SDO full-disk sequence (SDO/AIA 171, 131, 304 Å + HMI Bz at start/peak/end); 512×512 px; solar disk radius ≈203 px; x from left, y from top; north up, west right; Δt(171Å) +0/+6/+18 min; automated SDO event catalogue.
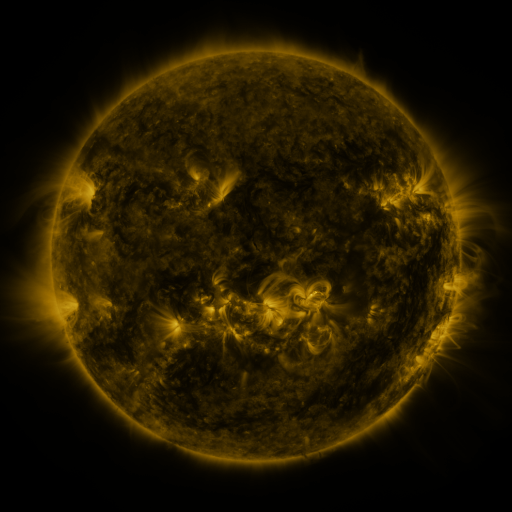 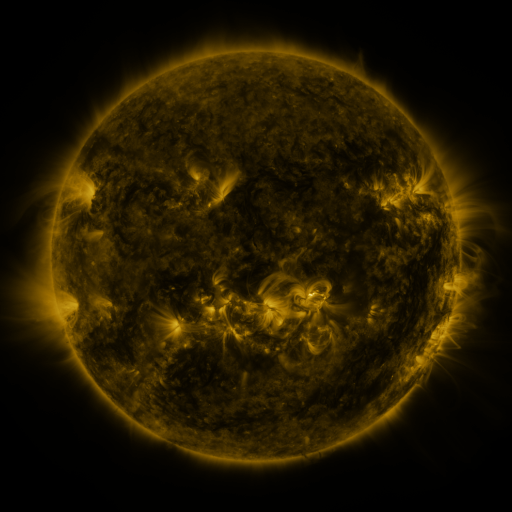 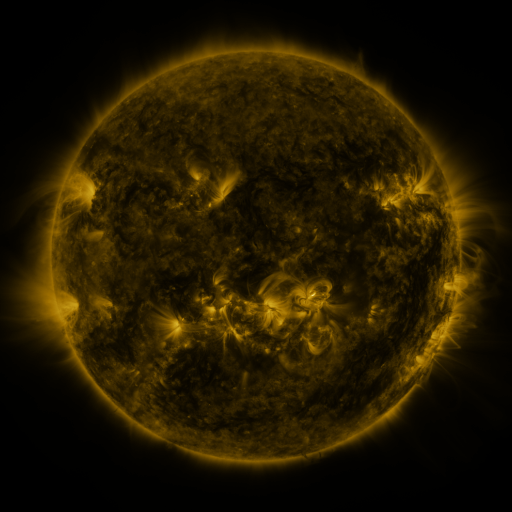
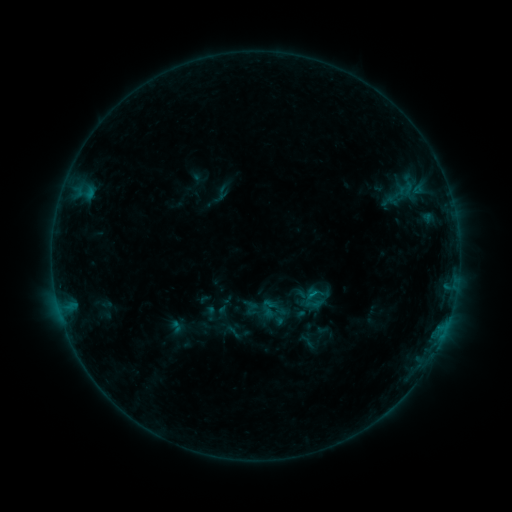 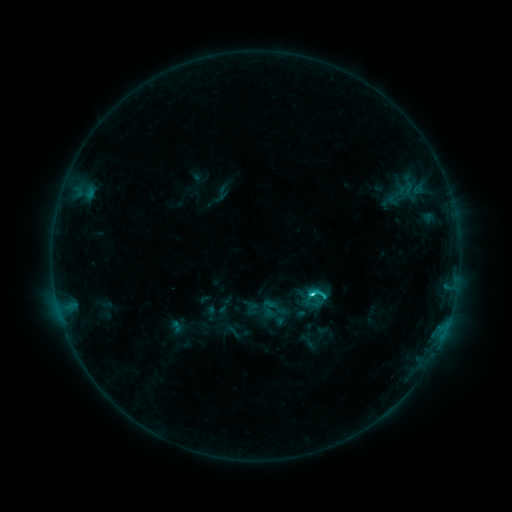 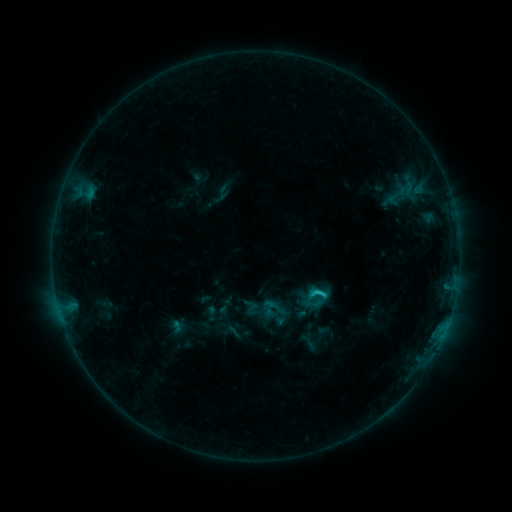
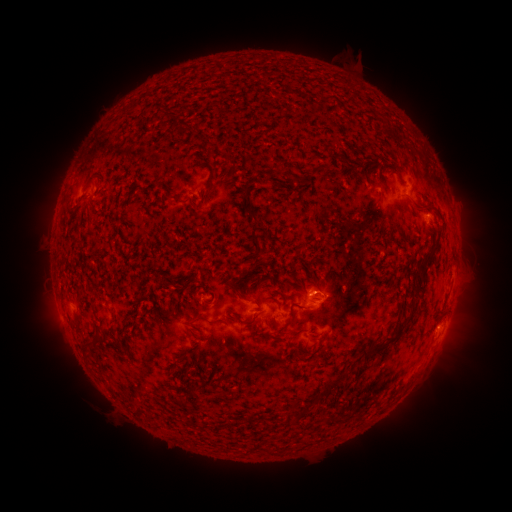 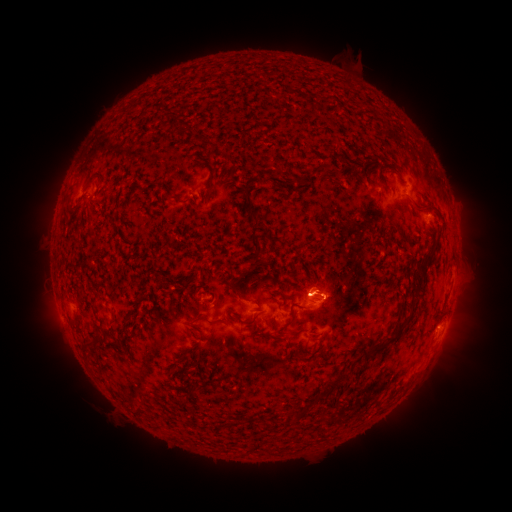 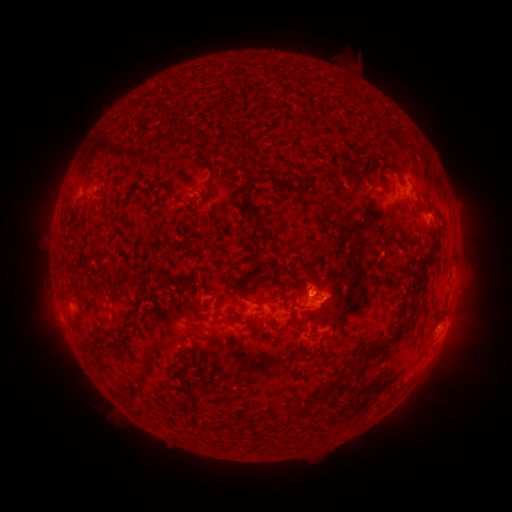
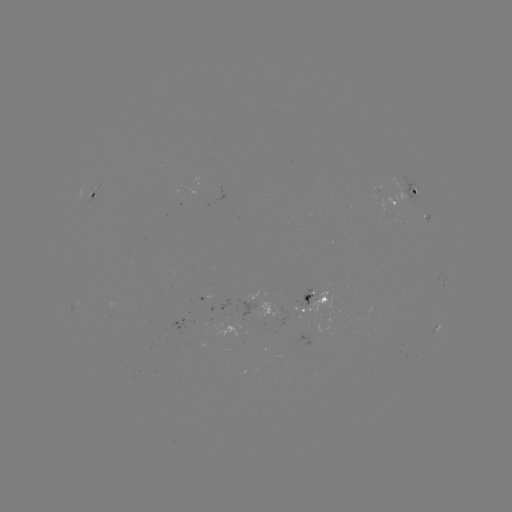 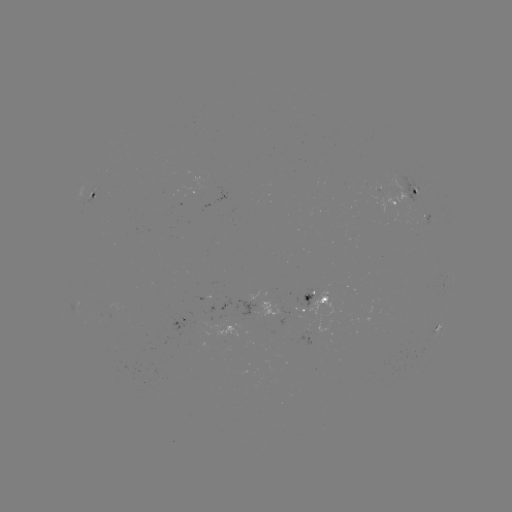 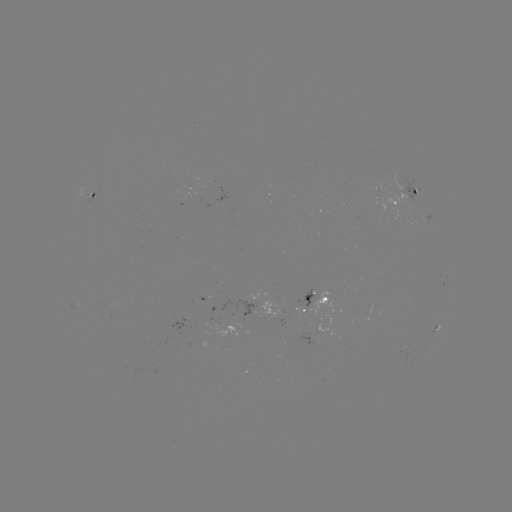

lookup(C1.8 flare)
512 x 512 (312, 291)